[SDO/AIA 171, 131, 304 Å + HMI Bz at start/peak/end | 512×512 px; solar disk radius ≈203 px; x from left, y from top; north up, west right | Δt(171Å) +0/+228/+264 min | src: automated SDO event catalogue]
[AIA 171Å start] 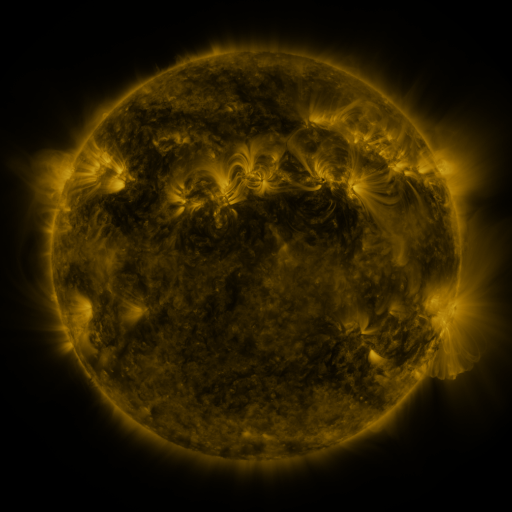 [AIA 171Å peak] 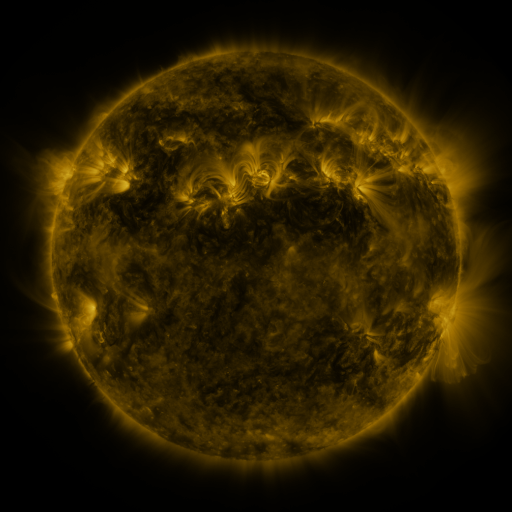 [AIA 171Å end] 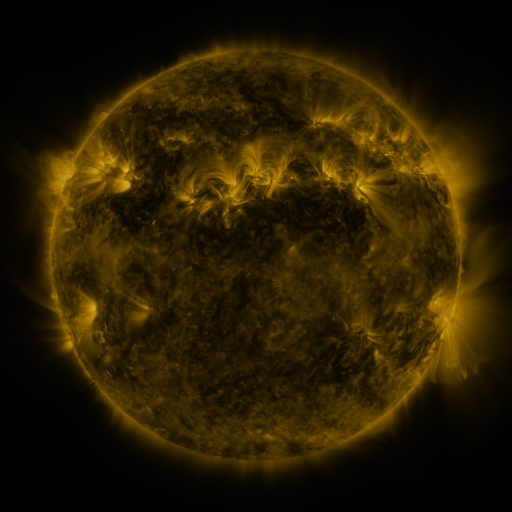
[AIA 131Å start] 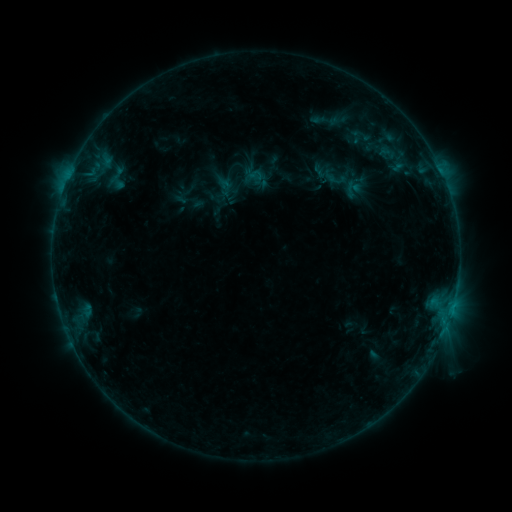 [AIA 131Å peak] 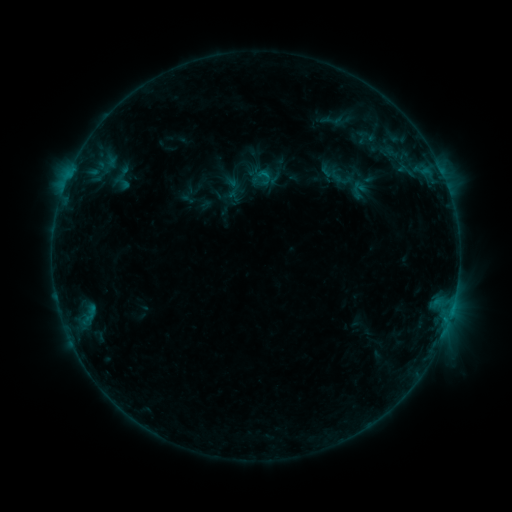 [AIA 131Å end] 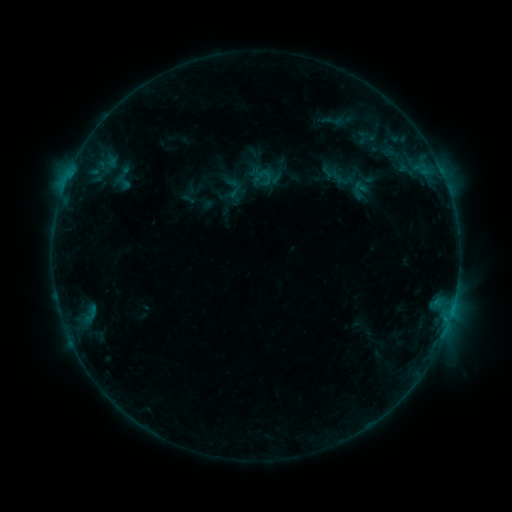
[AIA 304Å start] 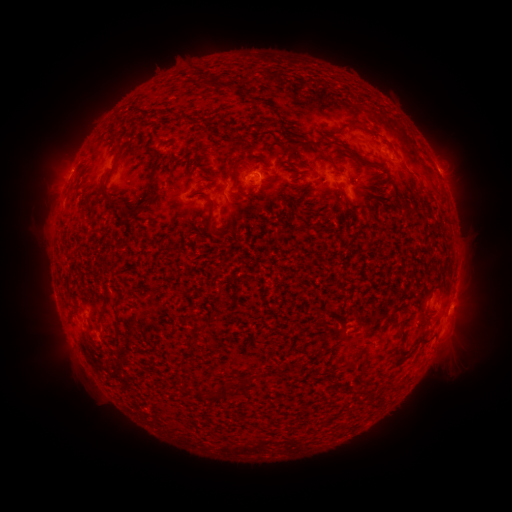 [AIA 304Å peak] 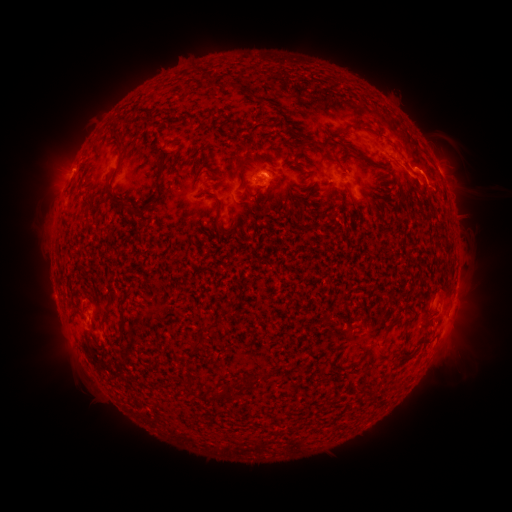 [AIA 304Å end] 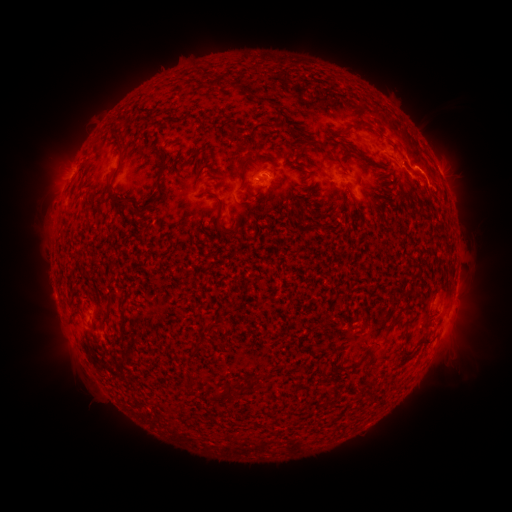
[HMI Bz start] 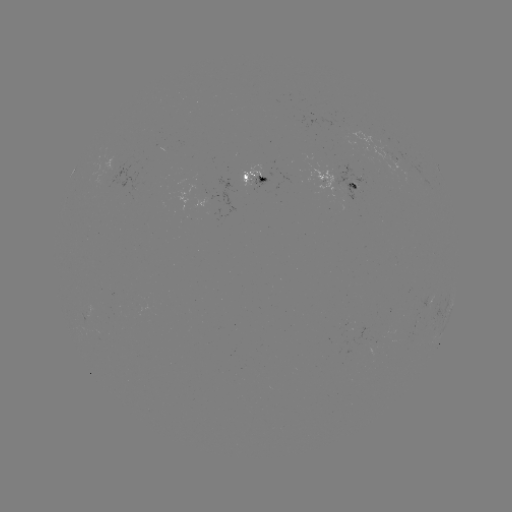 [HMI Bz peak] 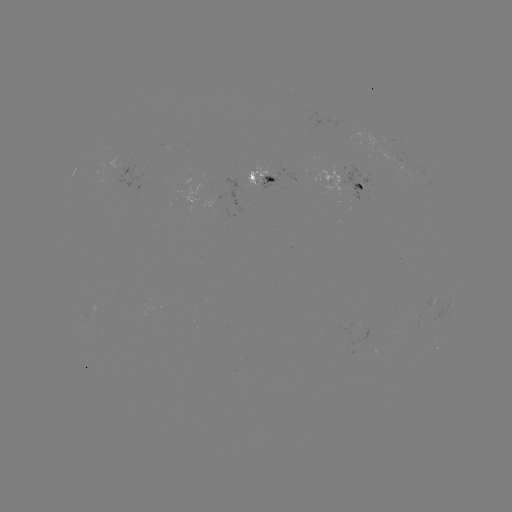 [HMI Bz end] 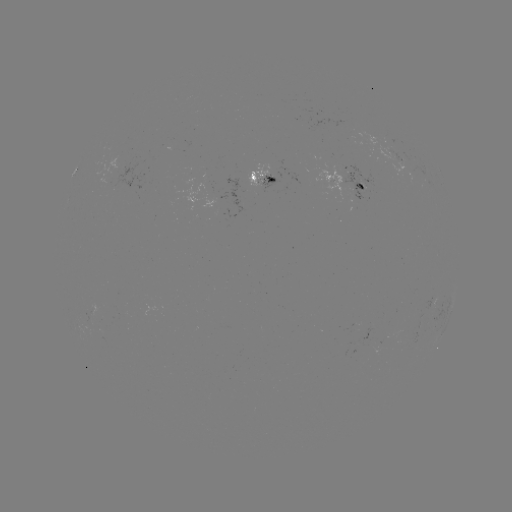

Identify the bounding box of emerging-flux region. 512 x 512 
[337, 164, 367, 201].